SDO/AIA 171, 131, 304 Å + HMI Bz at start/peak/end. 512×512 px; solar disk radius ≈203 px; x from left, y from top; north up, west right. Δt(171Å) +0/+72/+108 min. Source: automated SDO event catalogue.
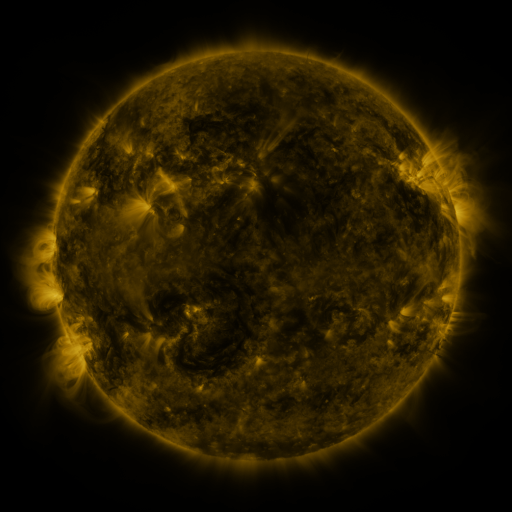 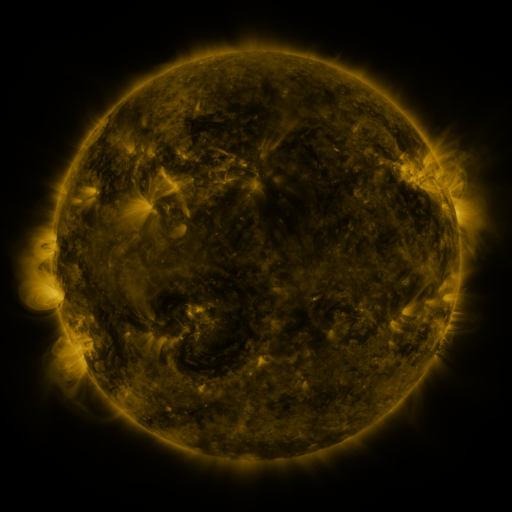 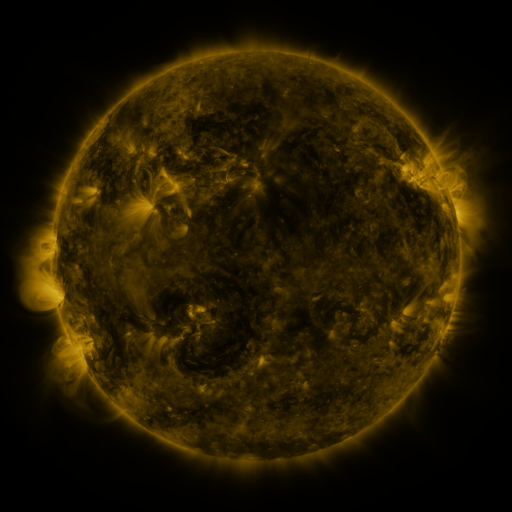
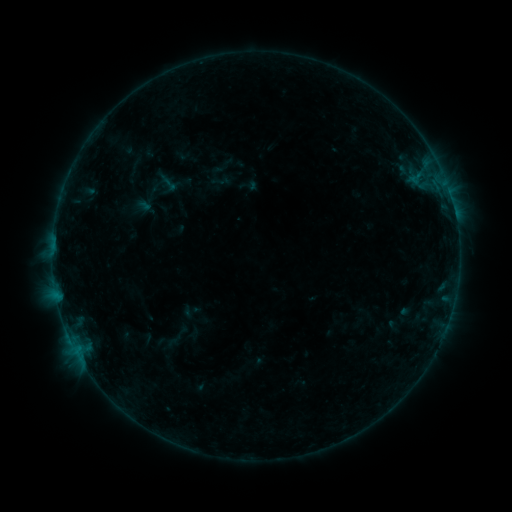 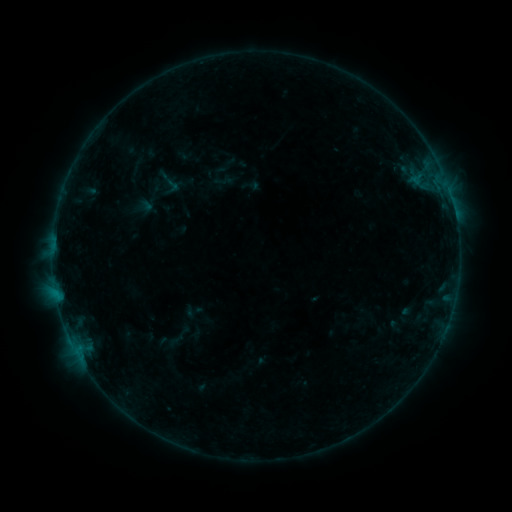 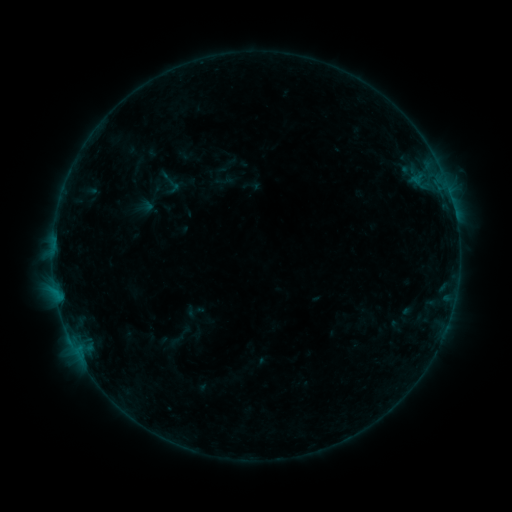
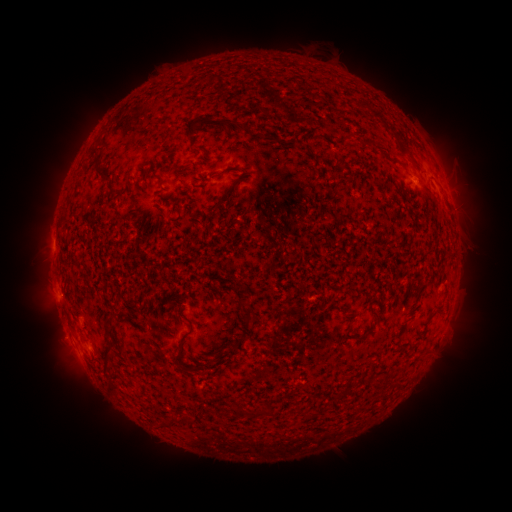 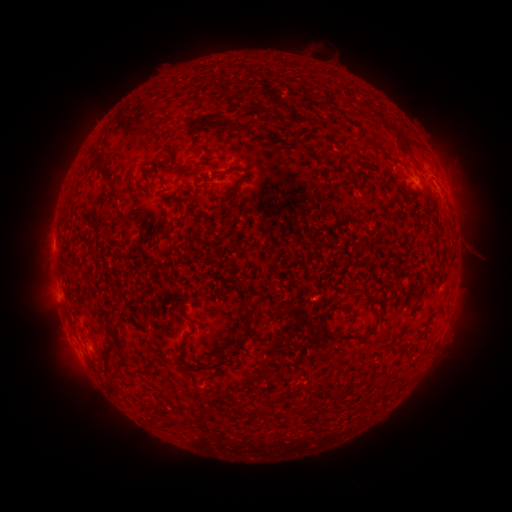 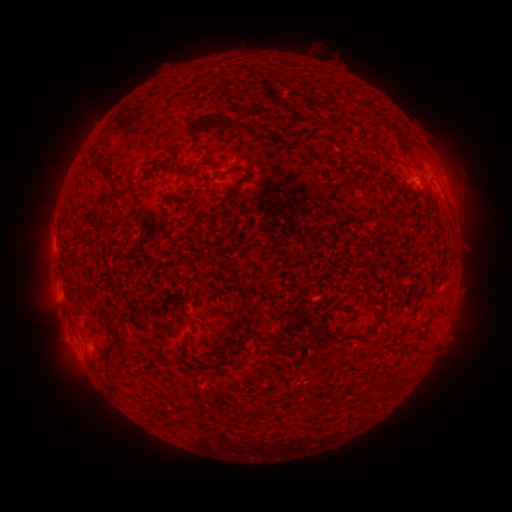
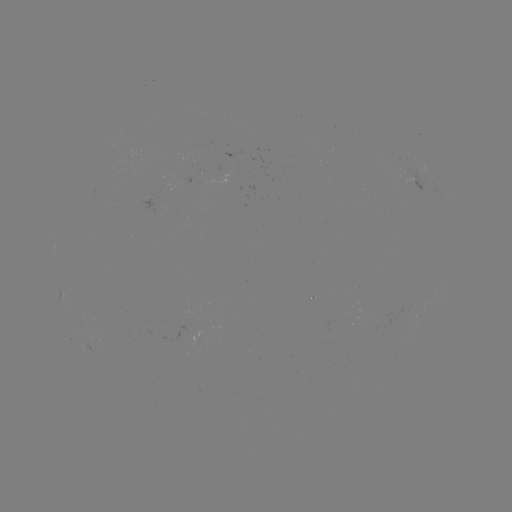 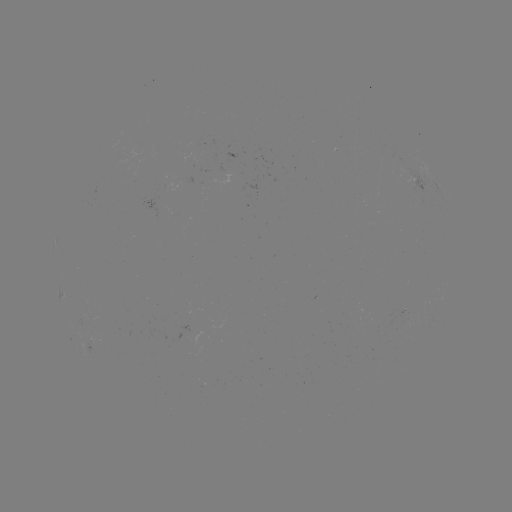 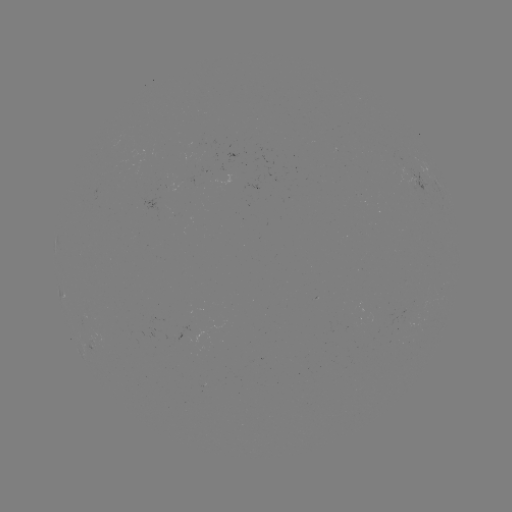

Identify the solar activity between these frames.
emerging-flux region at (194, 149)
